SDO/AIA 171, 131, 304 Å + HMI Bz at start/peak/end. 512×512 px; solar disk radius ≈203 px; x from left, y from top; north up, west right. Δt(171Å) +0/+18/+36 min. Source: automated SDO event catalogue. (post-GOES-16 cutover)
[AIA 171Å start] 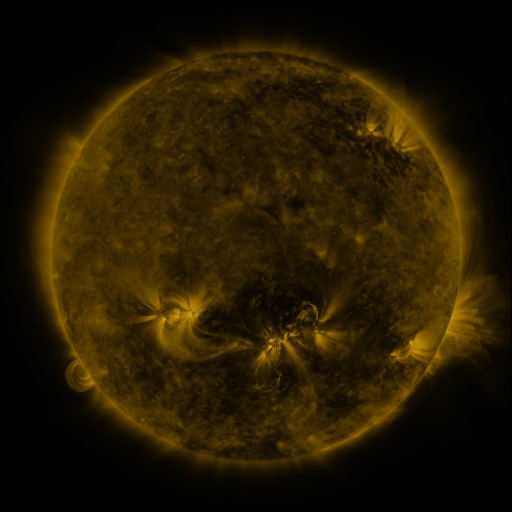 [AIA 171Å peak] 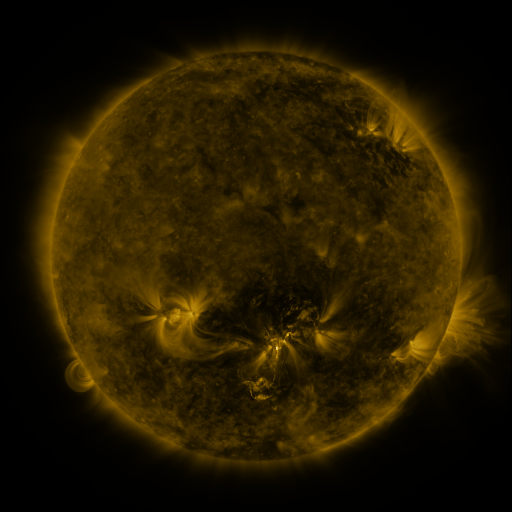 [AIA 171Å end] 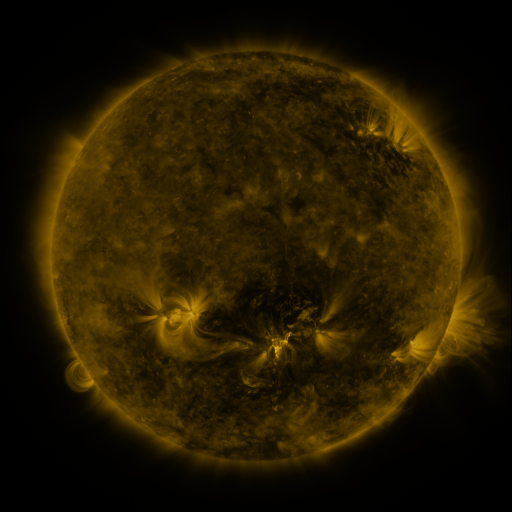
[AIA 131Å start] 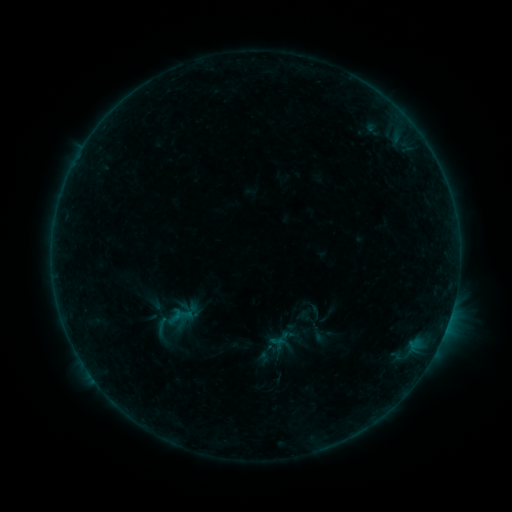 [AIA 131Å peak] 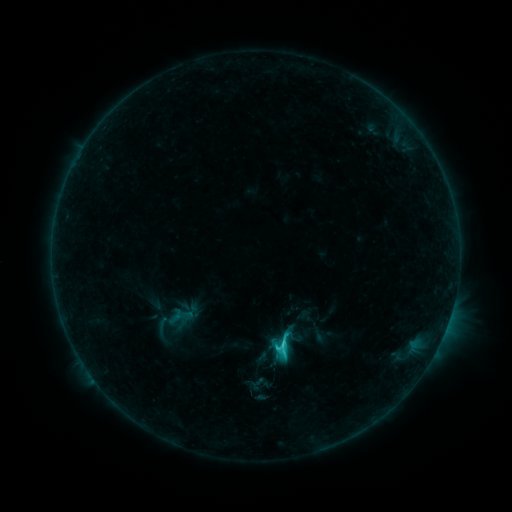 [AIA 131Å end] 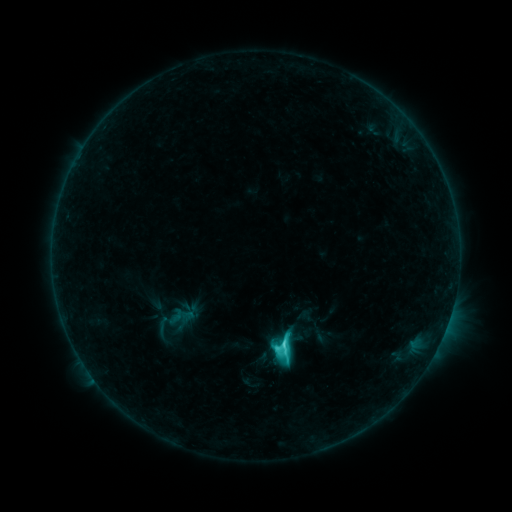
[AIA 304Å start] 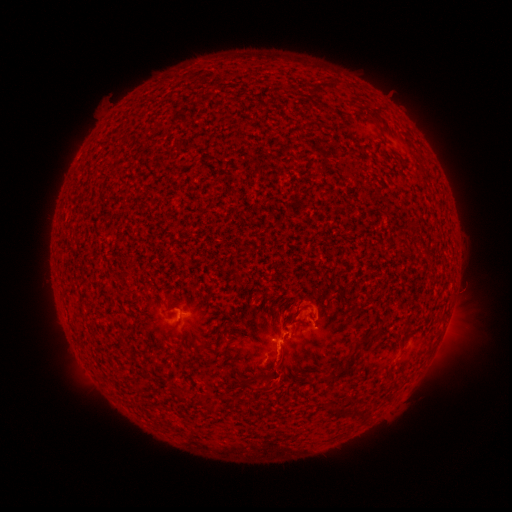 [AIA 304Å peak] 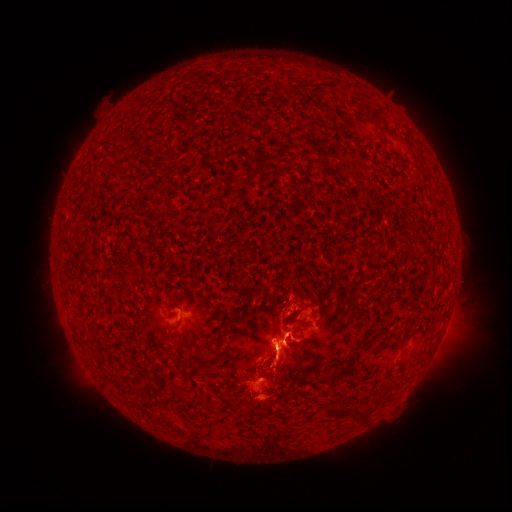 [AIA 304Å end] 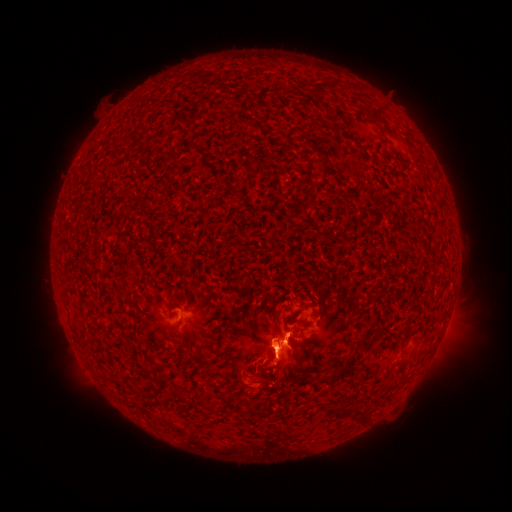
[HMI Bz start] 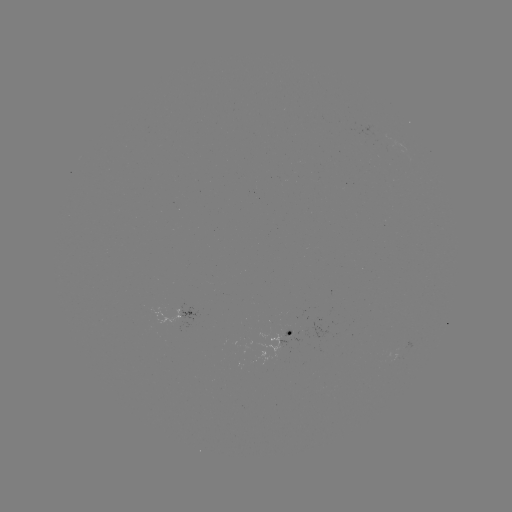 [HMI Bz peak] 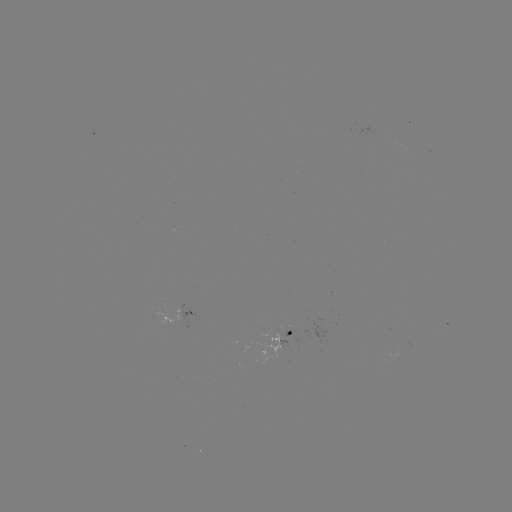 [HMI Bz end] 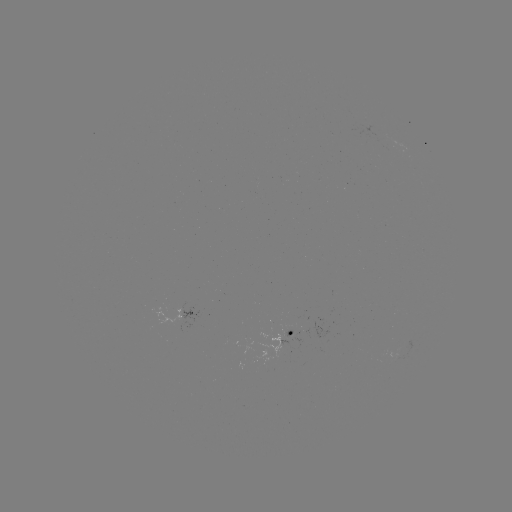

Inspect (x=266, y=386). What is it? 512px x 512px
eruption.